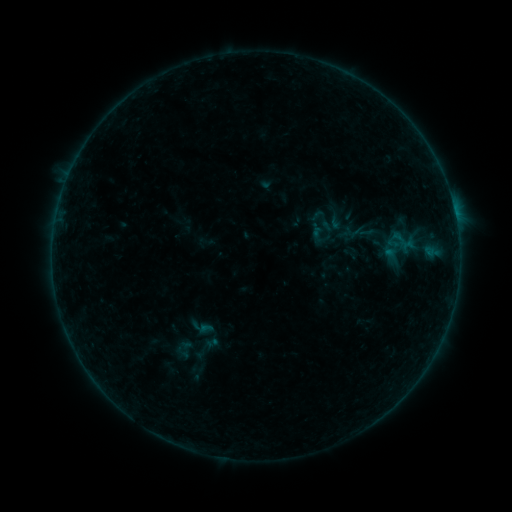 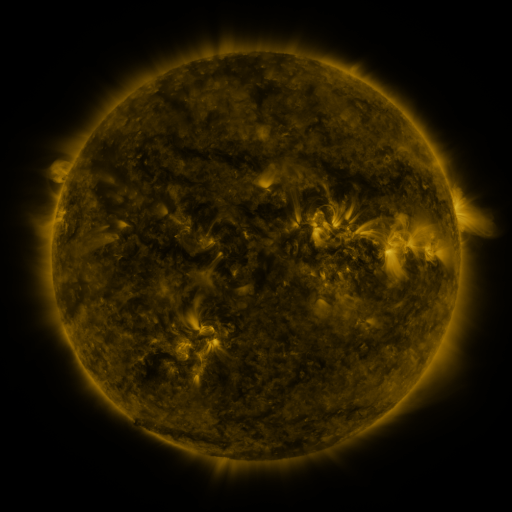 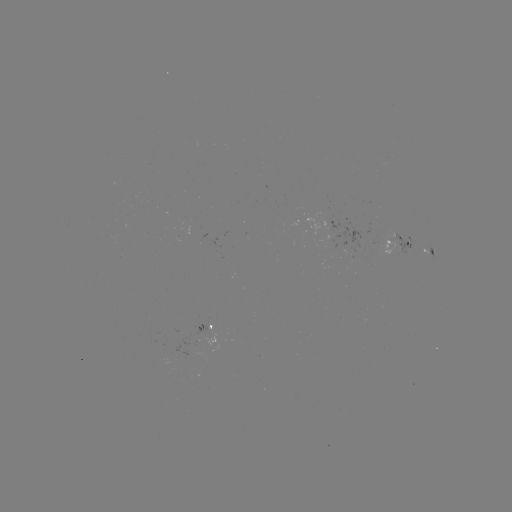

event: sigmoid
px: (328, 221)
